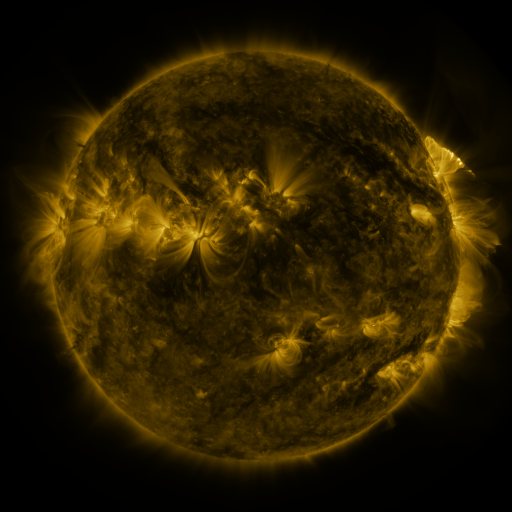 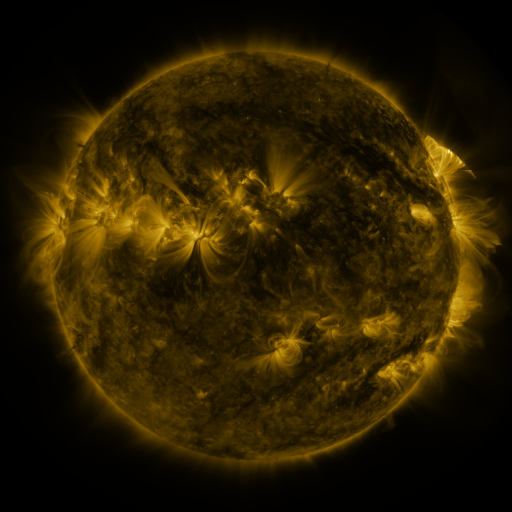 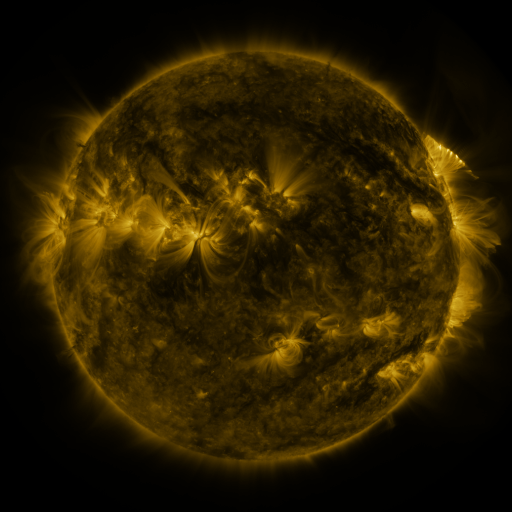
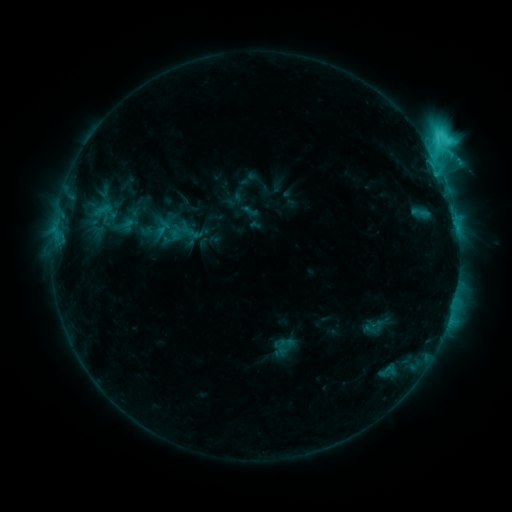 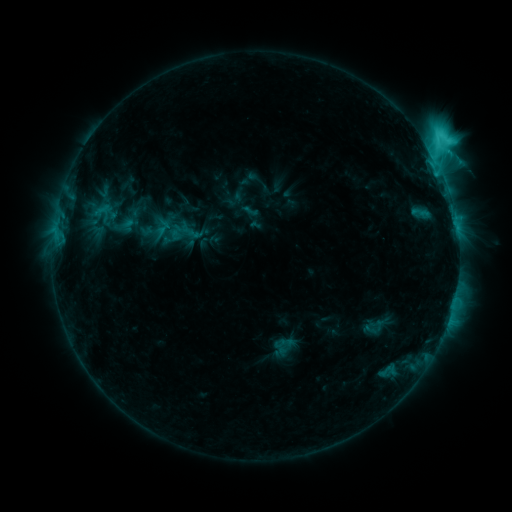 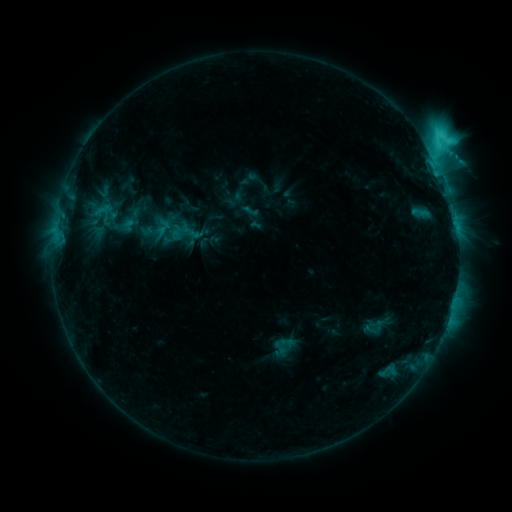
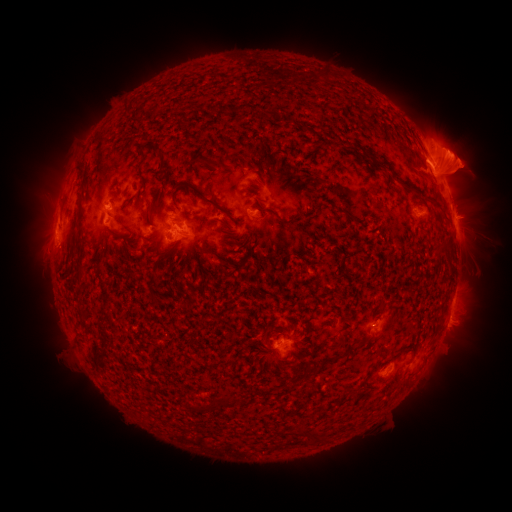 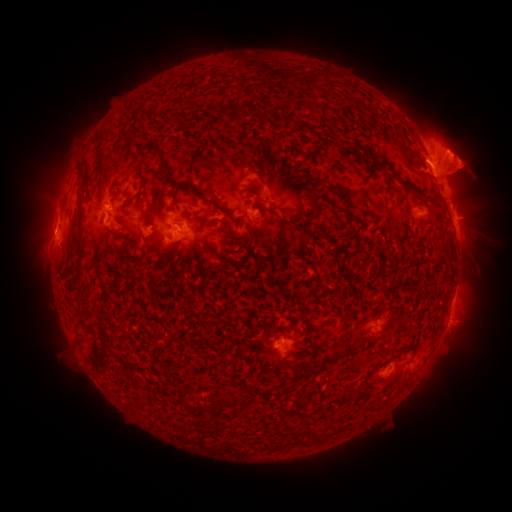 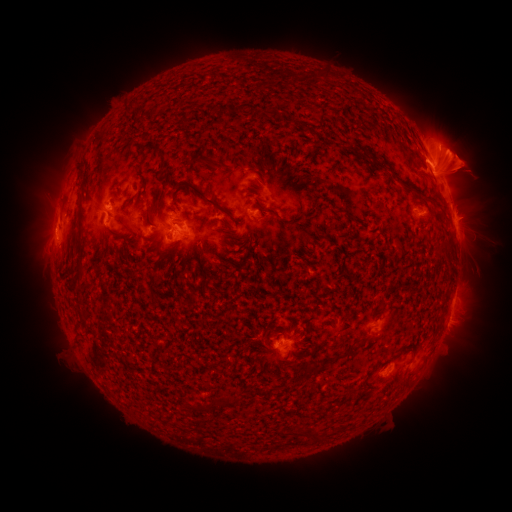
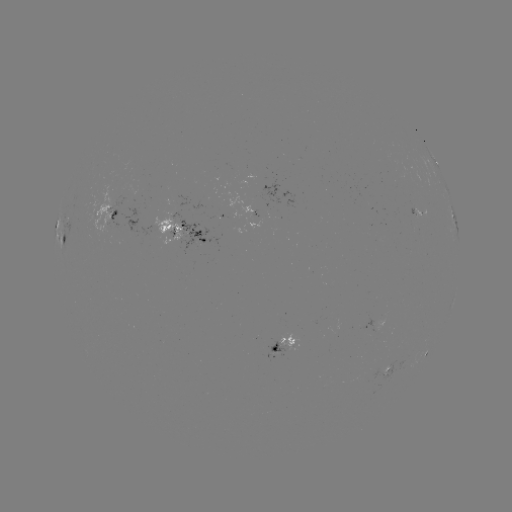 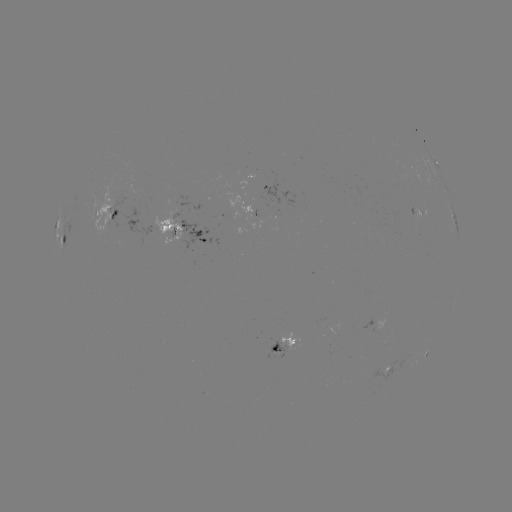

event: eruption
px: (460, 168)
